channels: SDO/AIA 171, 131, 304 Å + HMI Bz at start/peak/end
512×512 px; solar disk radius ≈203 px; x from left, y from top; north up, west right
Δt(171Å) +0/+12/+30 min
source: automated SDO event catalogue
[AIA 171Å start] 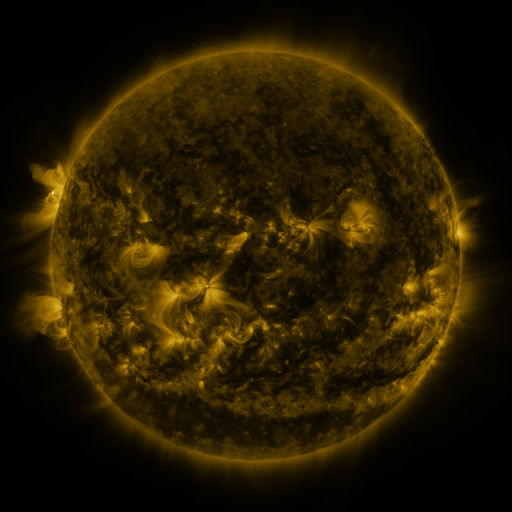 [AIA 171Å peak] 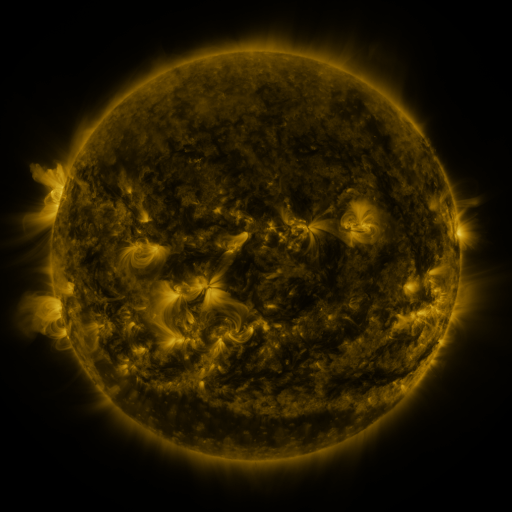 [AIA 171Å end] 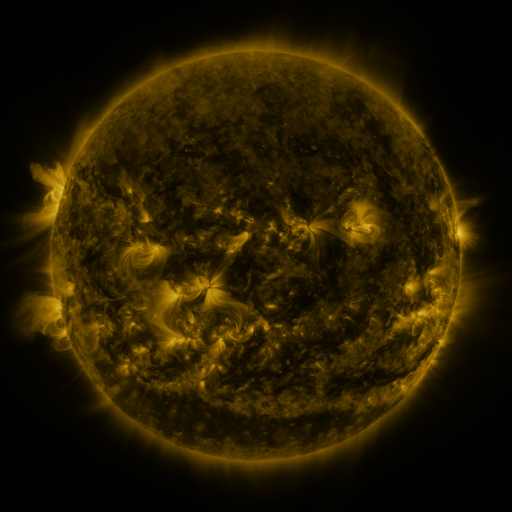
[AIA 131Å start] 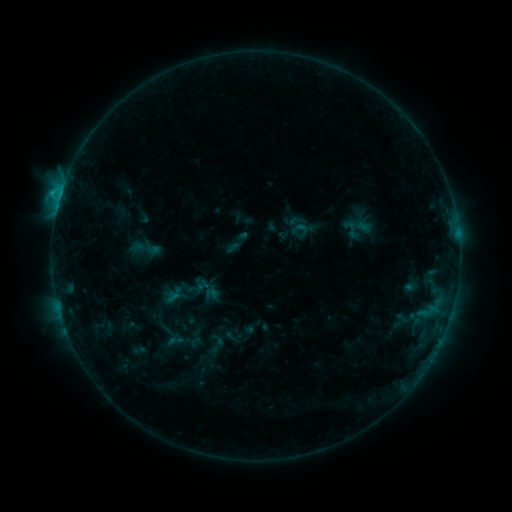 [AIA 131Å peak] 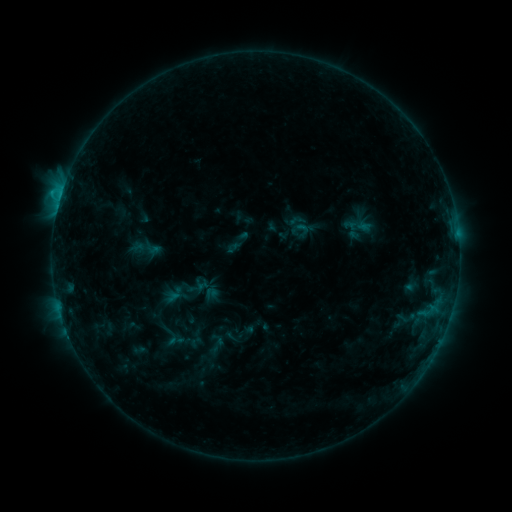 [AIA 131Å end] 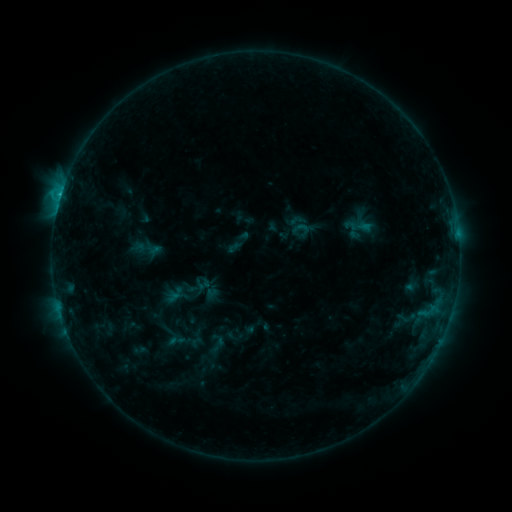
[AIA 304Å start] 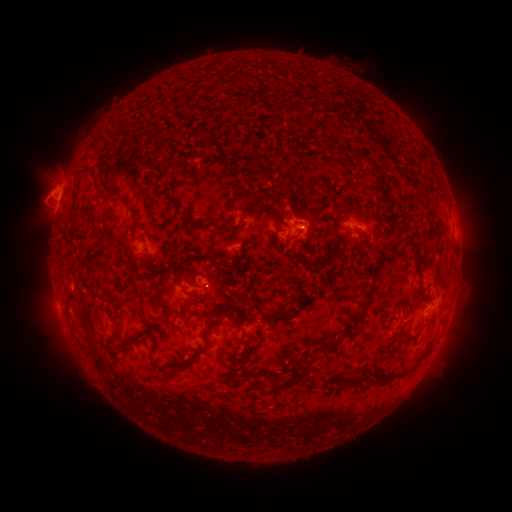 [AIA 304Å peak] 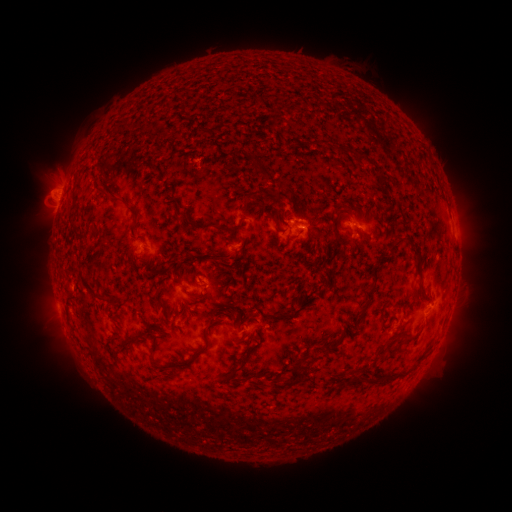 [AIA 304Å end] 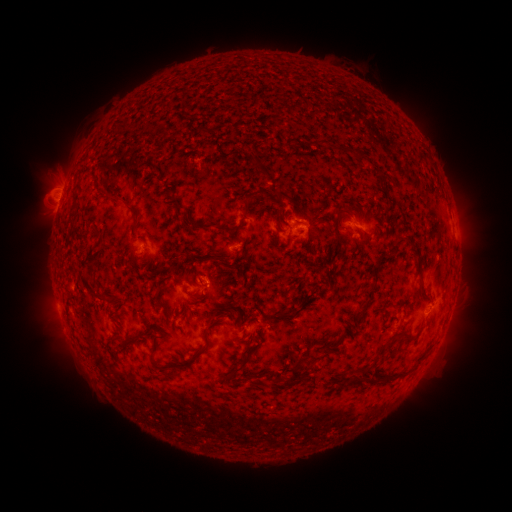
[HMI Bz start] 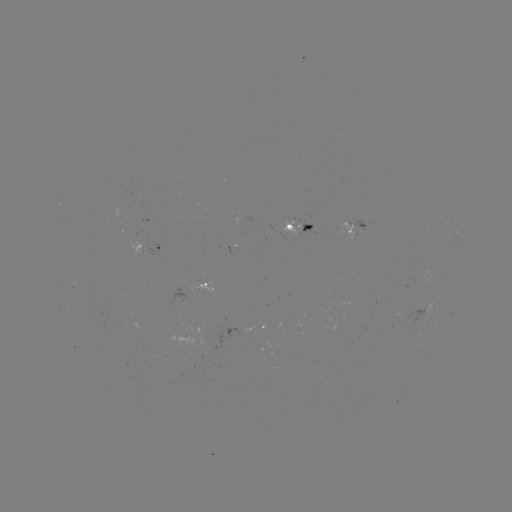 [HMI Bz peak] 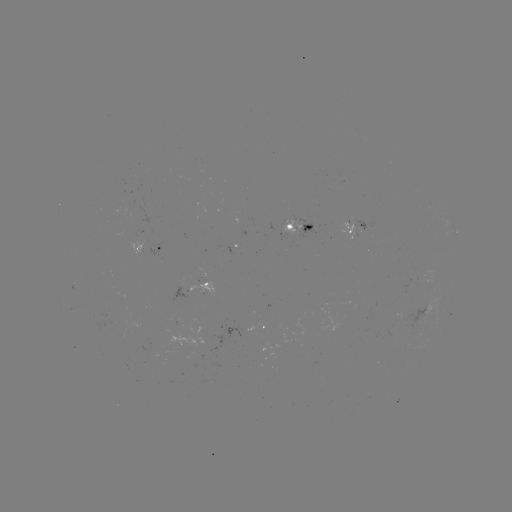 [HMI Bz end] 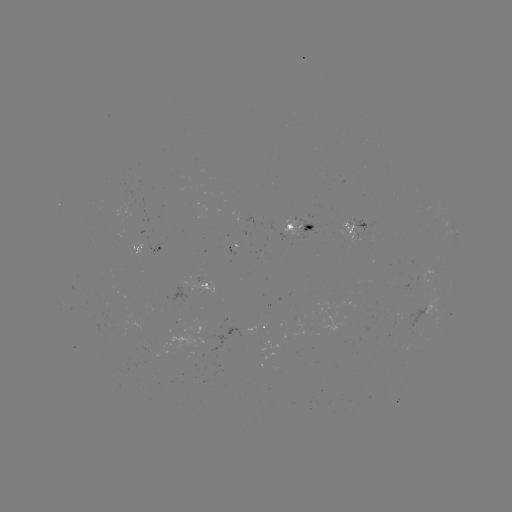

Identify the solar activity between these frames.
no classed flare was catalogued and no EUV brightening was flagged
